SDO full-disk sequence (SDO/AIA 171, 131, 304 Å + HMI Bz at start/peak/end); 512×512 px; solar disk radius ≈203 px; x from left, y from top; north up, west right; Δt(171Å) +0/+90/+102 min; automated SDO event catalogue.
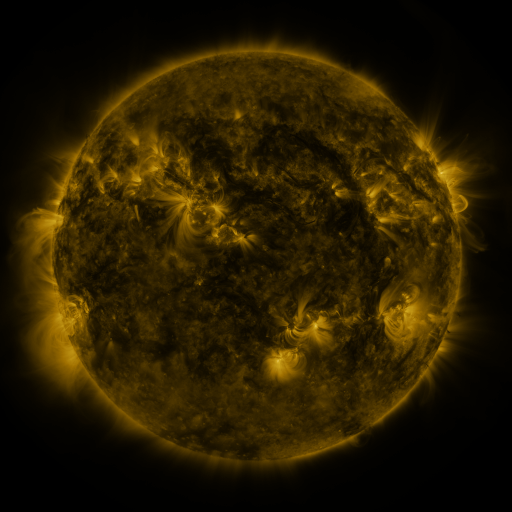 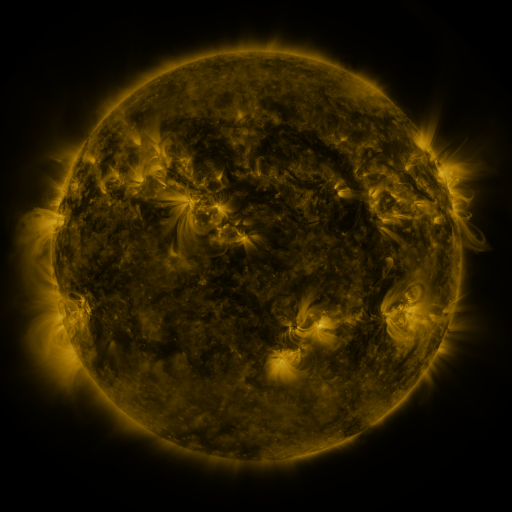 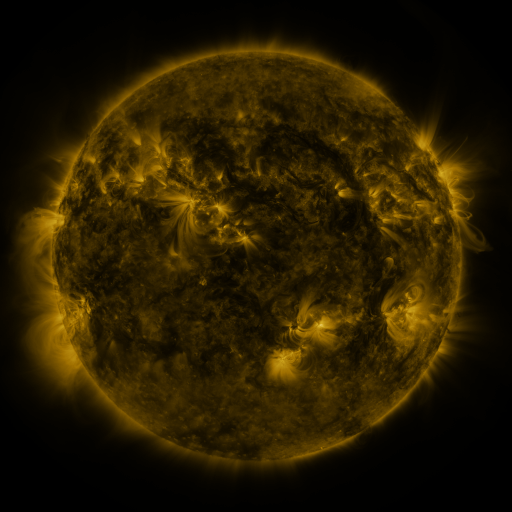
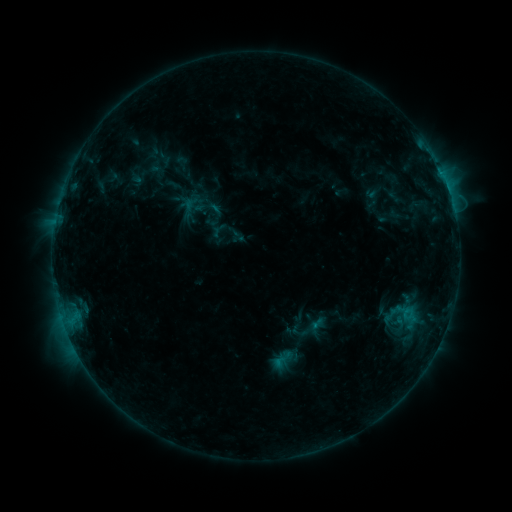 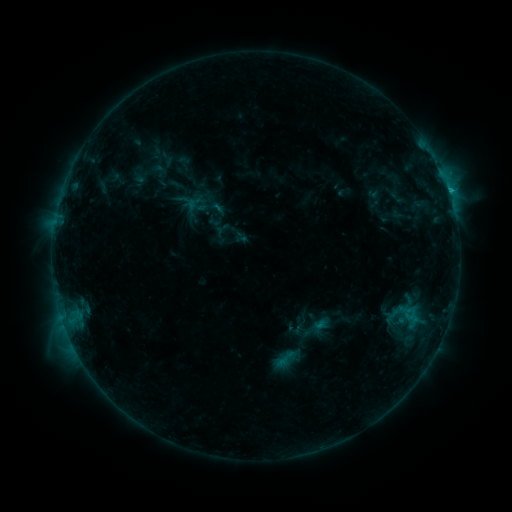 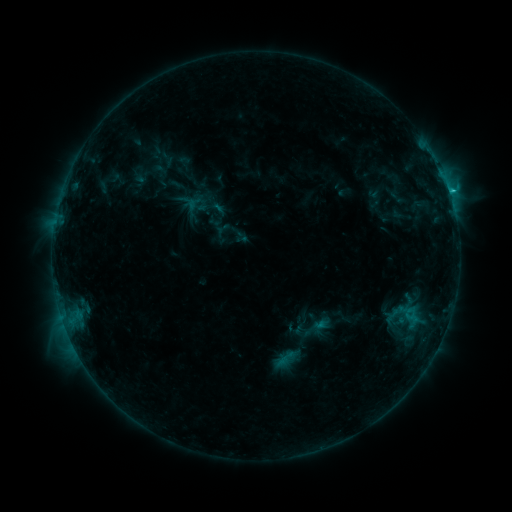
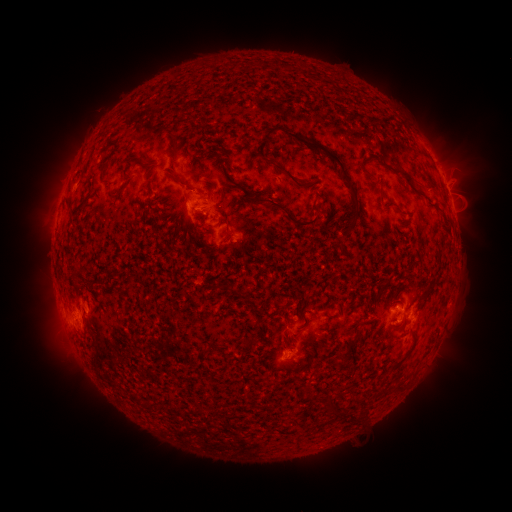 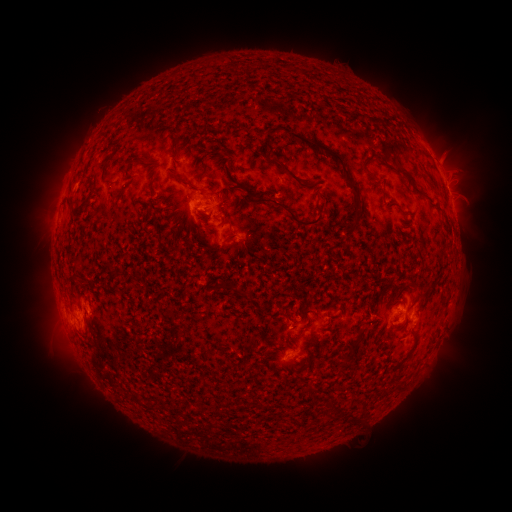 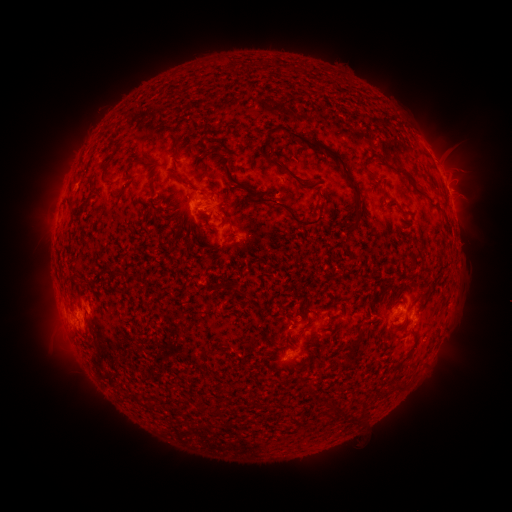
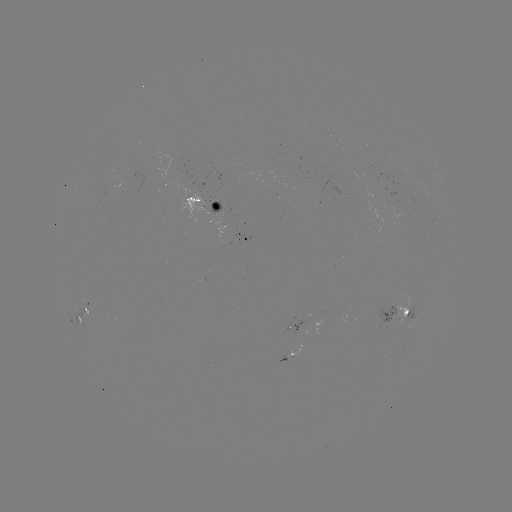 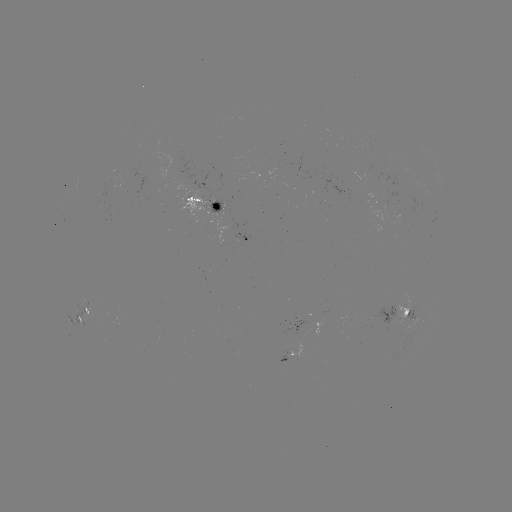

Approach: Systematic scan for emerging-flux region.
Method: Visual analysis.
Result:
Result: emerging-flux region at [212, 204].